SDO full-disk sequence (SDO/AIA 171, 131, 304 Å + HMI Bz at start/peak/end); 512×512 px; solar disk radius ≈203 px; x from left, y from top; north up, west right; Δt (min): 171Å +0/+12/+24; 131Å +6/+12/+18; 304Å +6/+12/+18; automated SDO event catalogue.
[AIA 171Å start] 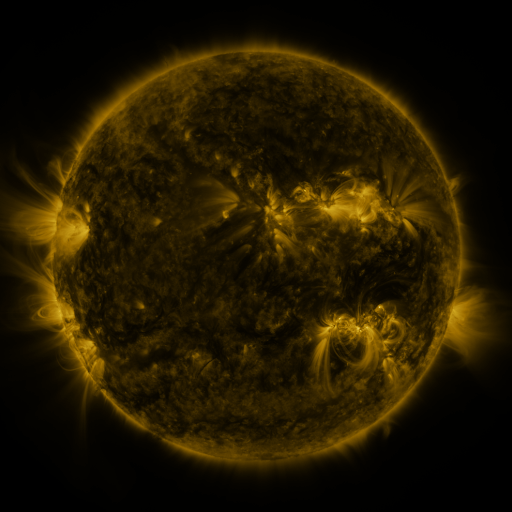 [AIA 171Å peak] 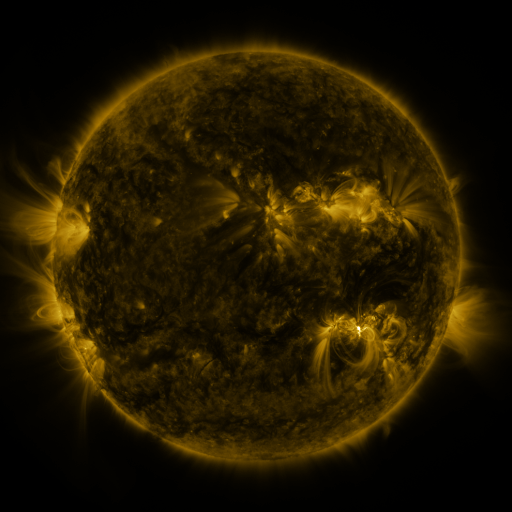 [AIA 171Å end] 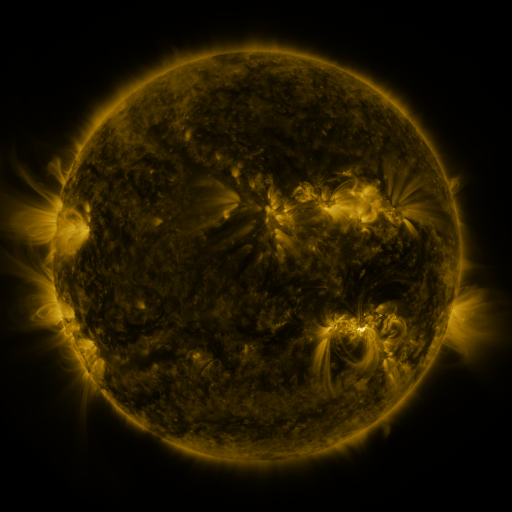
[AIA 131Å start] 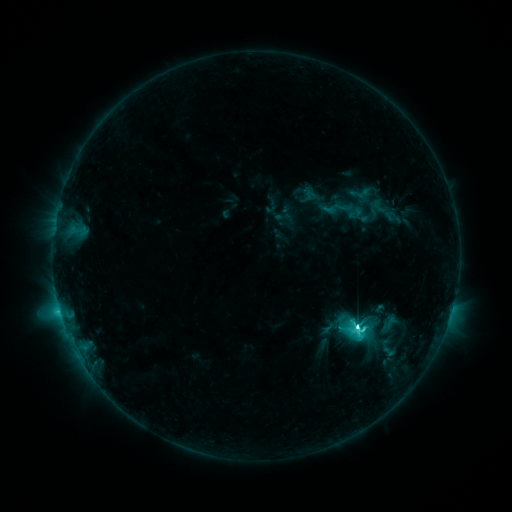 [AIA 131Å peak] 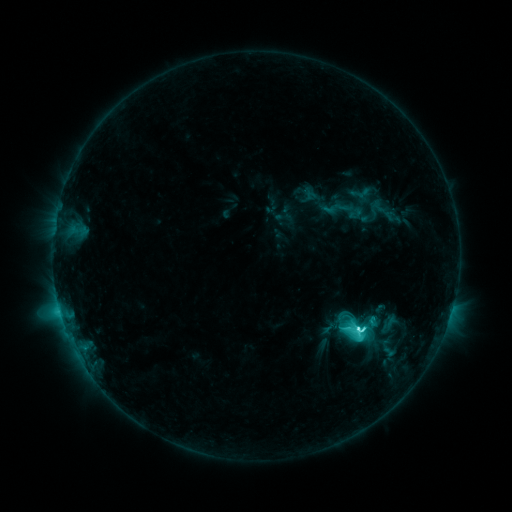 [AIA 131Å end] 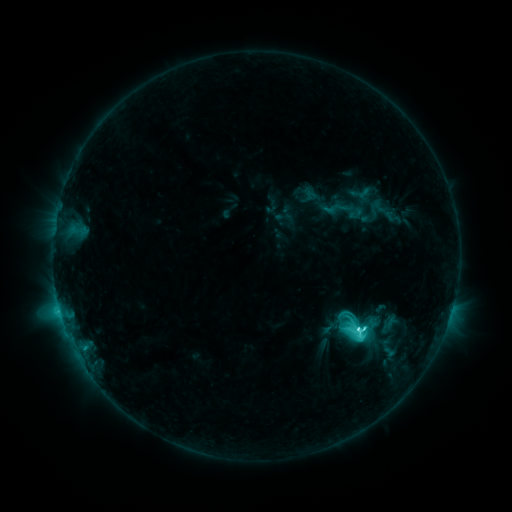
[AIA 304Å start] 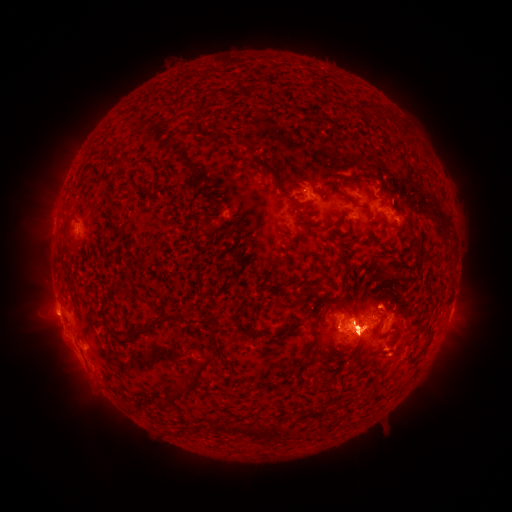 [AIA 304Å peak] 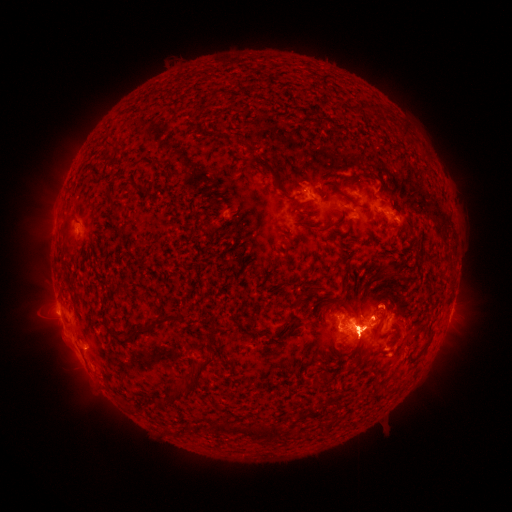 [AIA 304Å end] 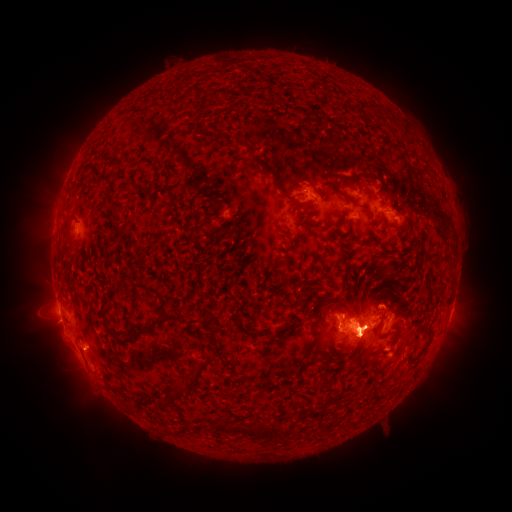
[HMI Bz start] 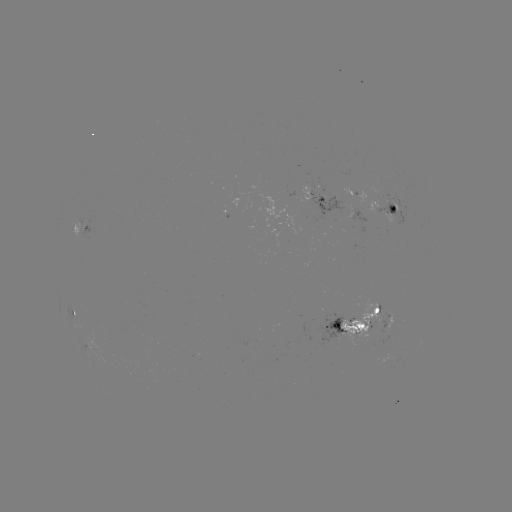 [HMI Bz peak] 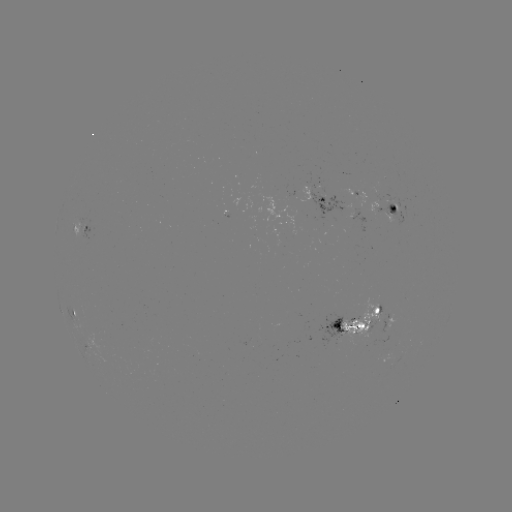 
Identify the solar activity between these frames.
eruption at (443, 356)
